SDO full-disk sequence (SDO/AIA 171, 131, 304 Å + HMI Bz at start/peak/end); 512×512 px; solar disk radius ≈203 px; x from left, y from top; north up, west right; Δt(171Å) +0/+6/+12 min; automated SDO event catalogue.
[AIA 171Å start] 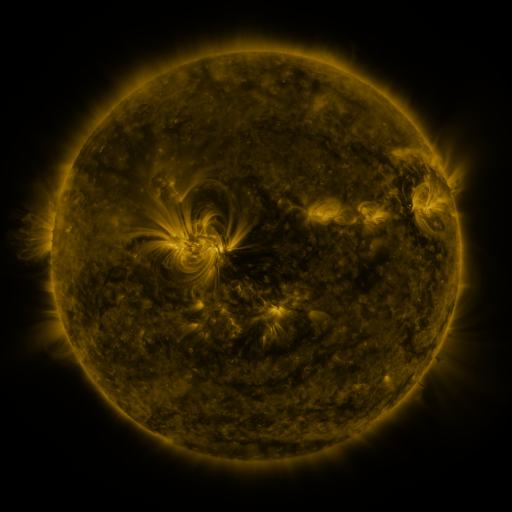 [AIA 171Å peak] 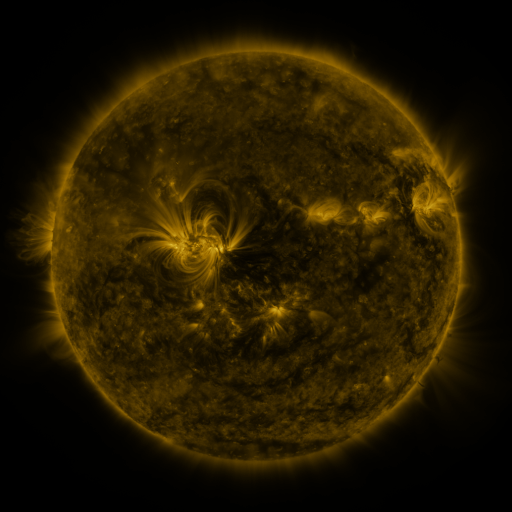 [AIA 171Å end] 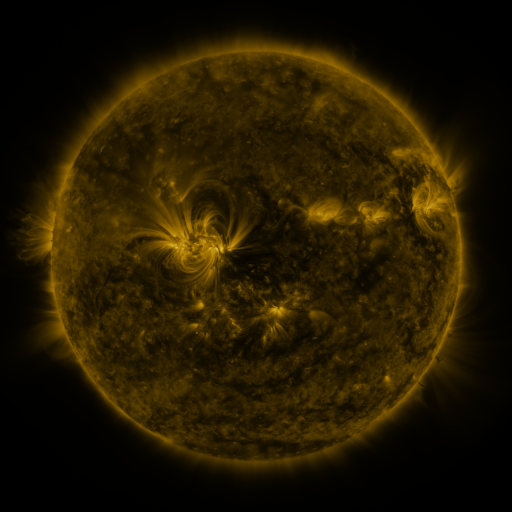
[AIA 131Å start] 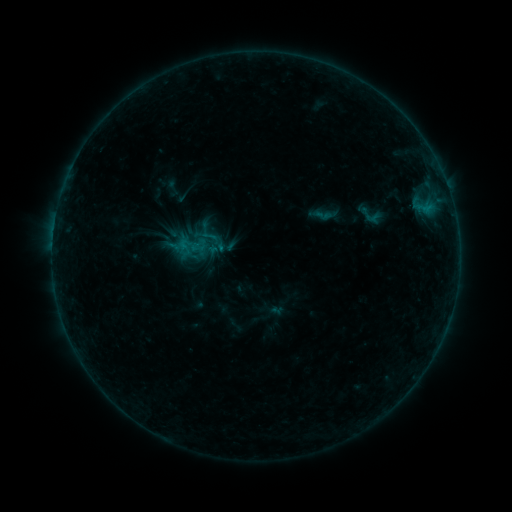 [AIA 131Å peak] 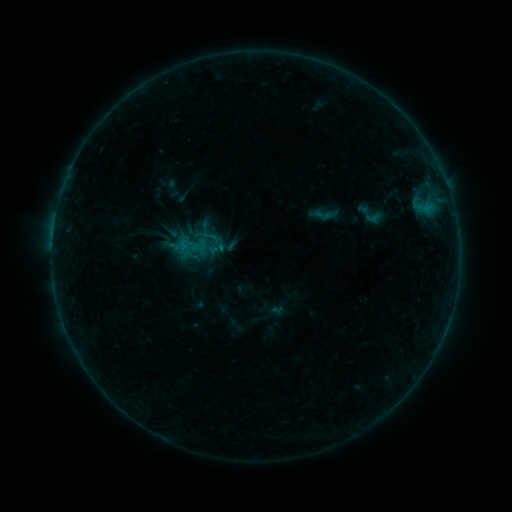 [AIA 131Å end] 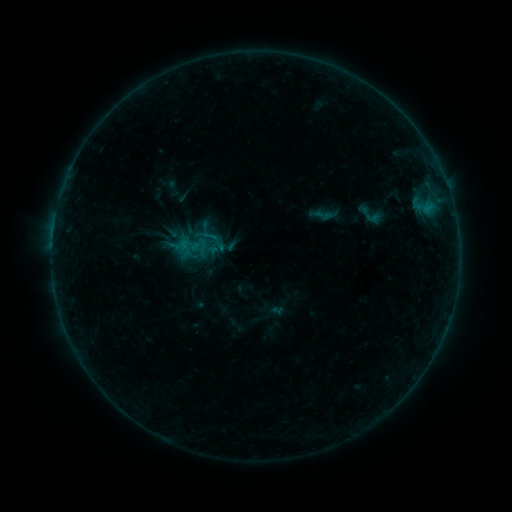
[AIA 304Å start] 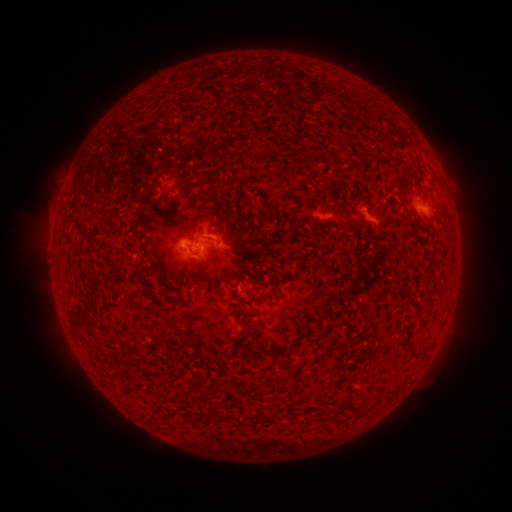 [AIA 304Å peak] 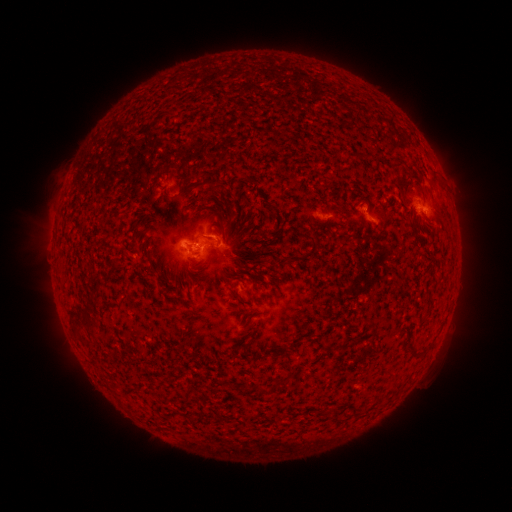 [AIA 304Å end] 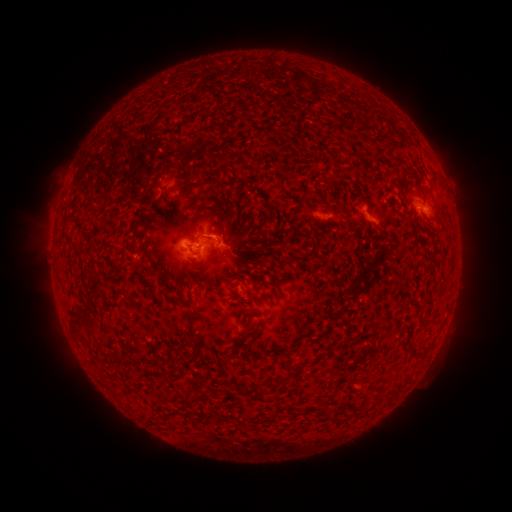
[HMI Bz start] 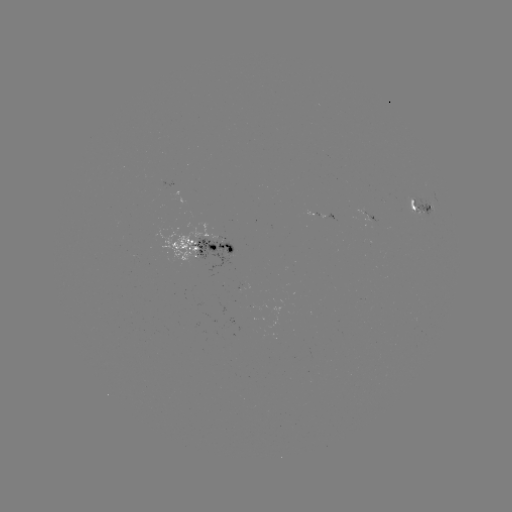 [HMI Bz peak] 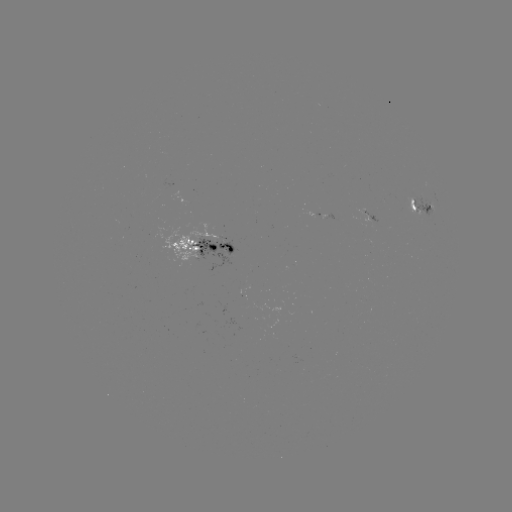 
no catalogued flare and no flagged EUV brightening in this window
